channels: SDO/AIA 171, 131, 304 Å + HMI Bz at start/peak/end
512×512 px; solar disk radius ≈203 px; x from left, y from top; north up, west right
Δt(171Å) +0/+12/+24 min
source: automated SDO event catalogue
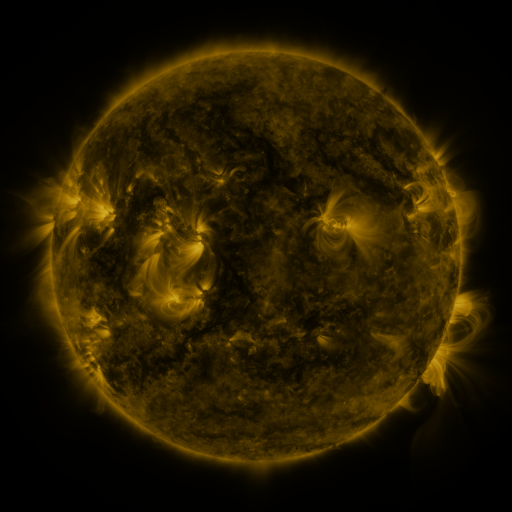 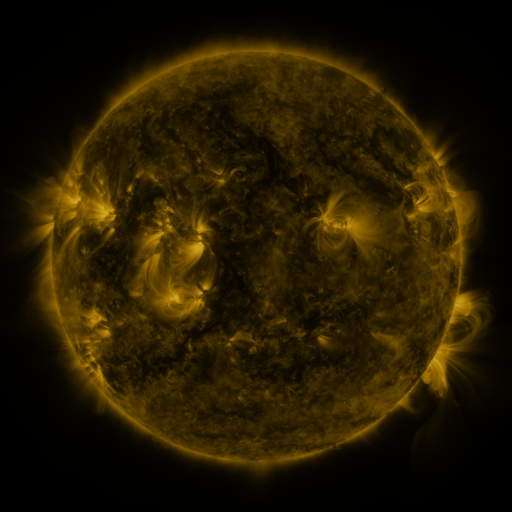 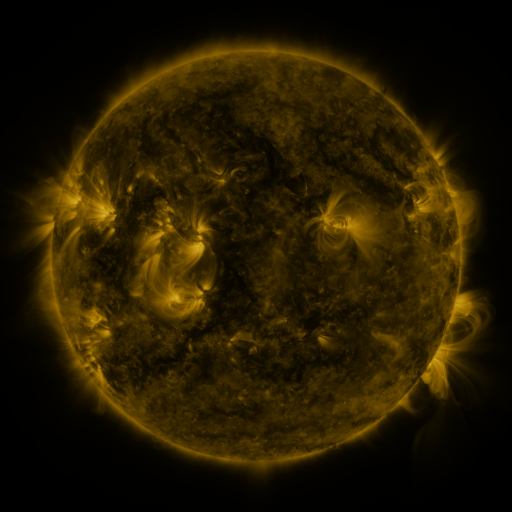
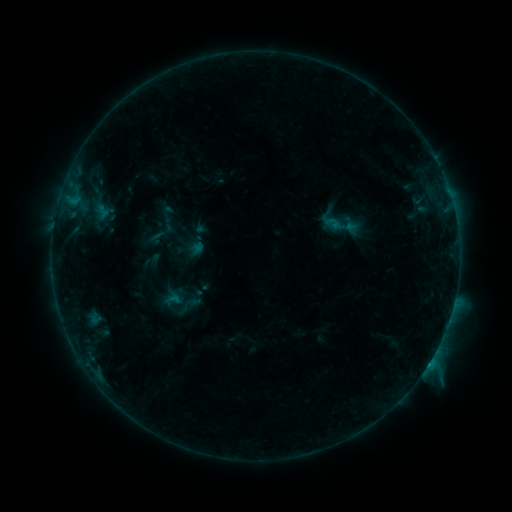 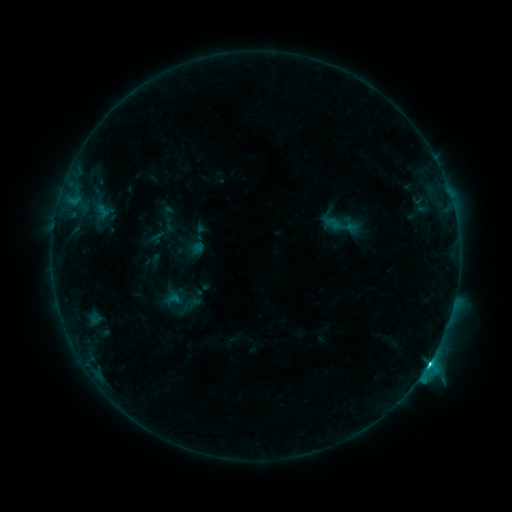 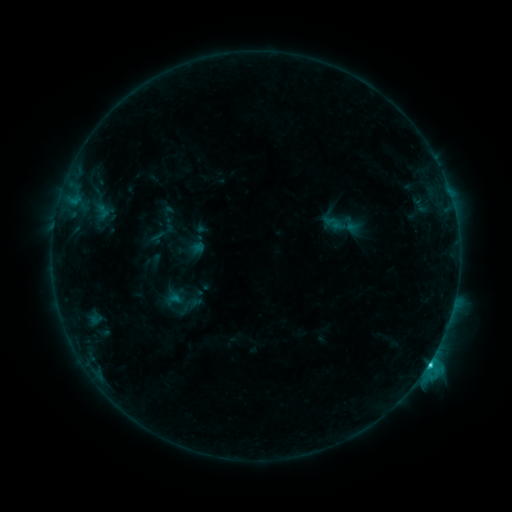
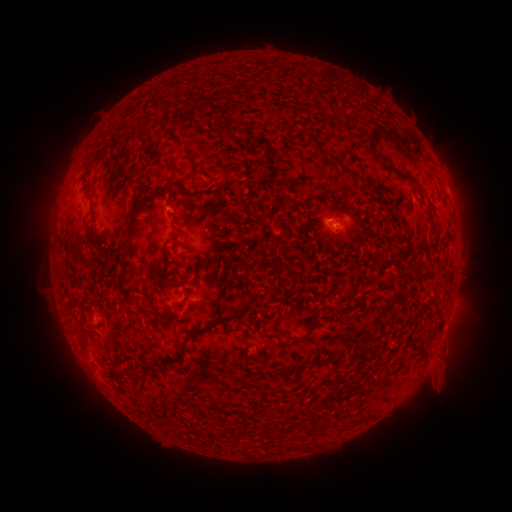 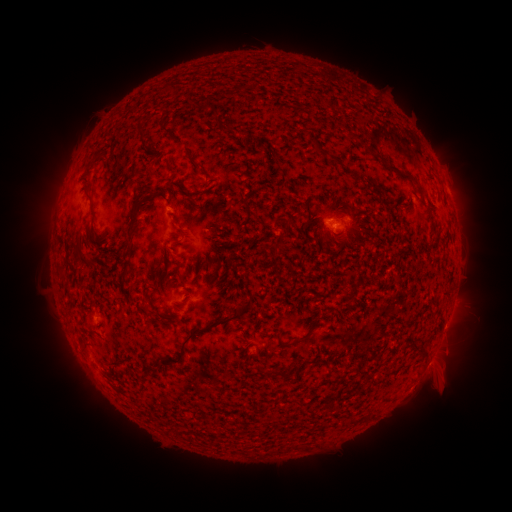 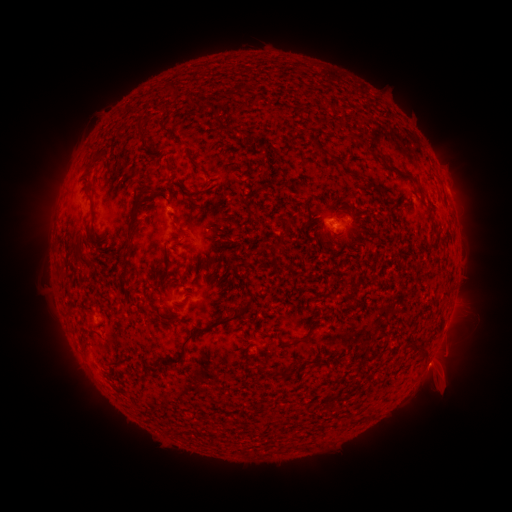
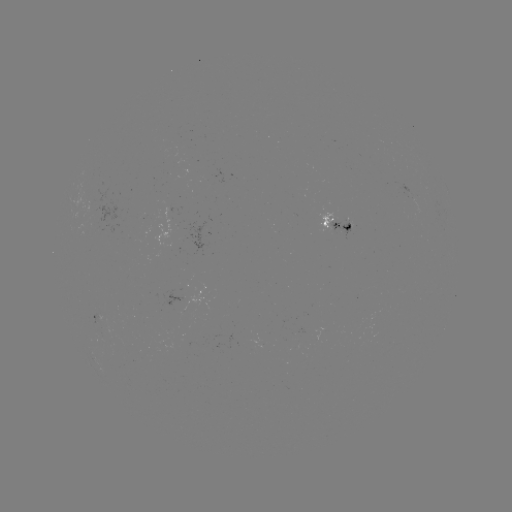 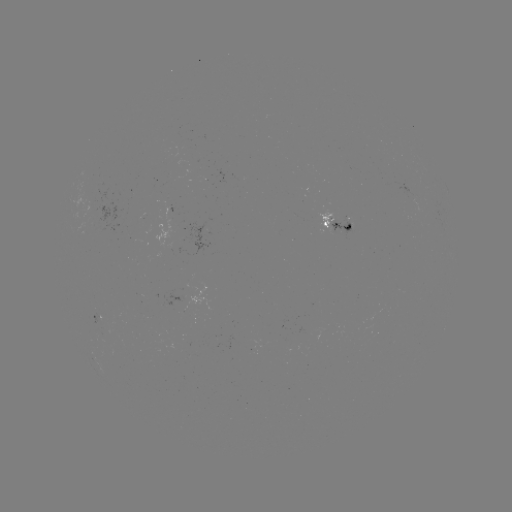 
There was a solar flare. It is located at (428, 363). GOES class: C3.7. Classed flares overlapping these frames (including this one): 2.